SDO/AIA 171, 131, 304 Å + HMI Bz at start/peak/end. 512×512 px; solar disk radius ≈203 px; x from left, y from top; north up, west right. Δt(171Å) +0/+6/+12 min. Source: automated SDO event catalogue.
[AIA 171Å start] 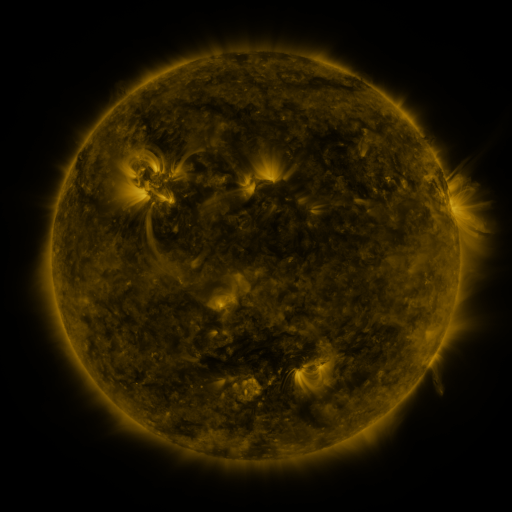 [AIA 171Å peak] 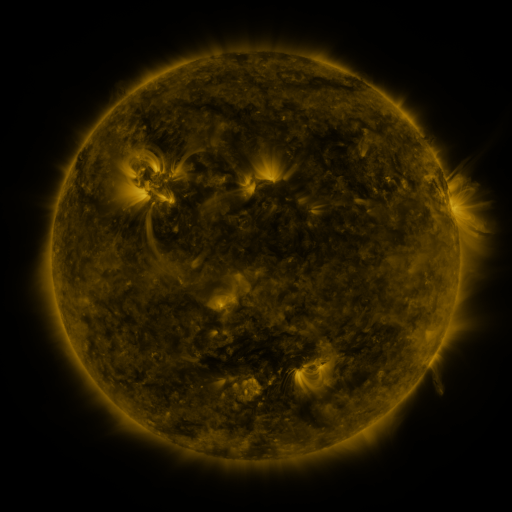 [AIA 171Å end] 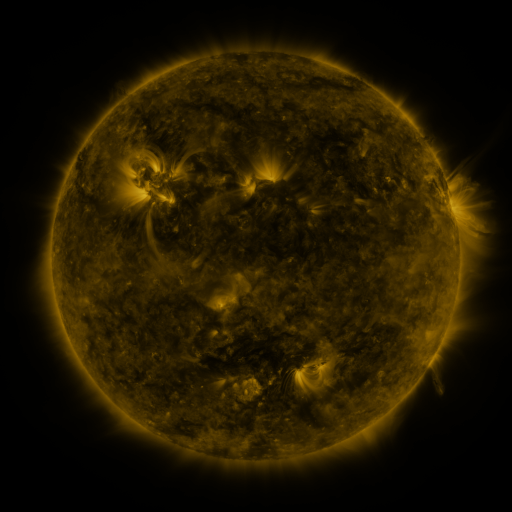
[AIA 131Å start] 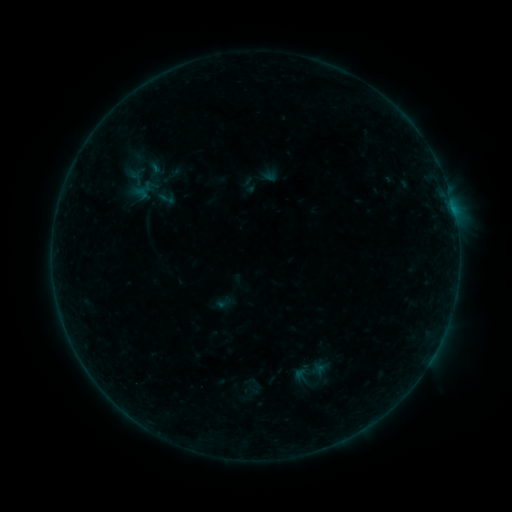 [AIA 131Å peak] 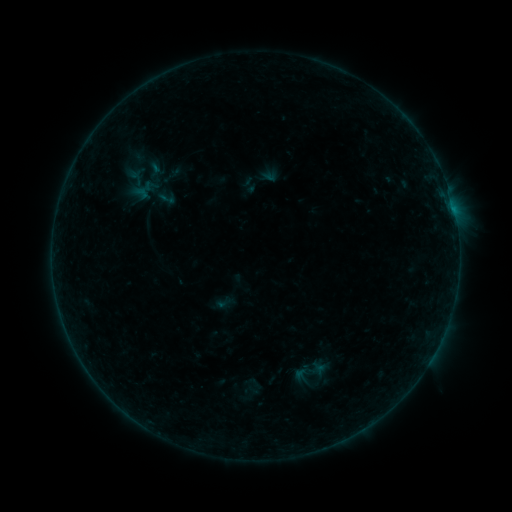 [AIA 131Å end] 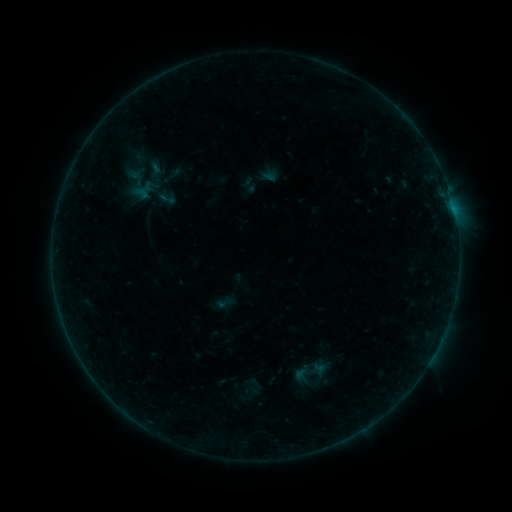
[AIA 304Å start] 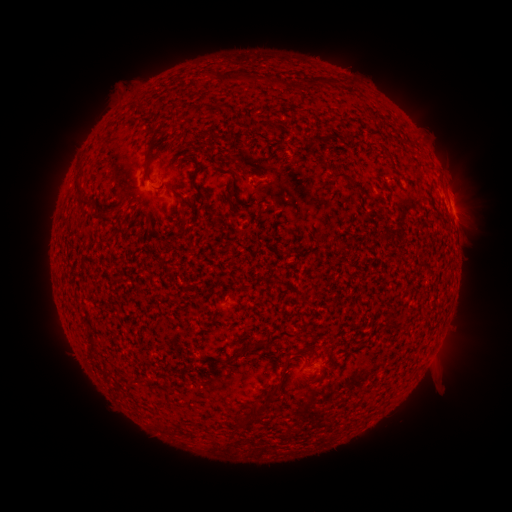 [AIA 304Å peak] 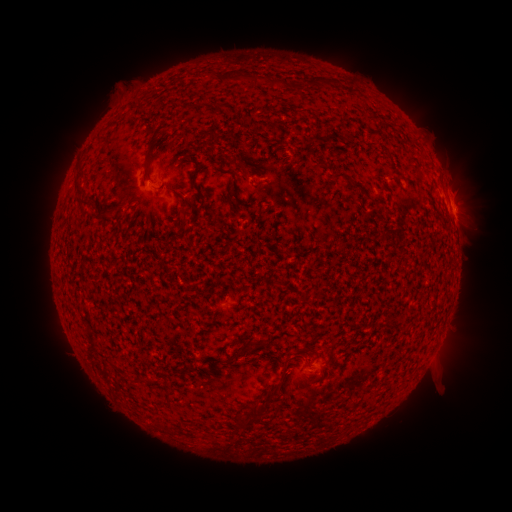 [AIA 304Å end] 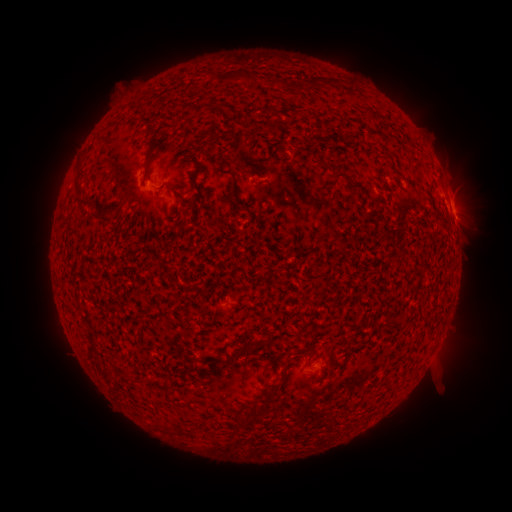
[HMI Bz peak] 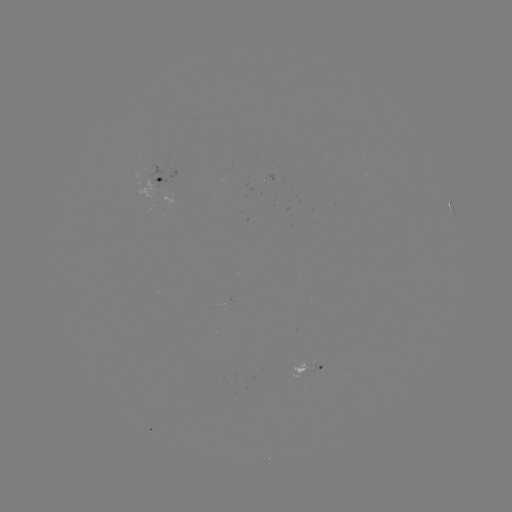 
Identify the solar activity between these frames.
eruption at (469, 204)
